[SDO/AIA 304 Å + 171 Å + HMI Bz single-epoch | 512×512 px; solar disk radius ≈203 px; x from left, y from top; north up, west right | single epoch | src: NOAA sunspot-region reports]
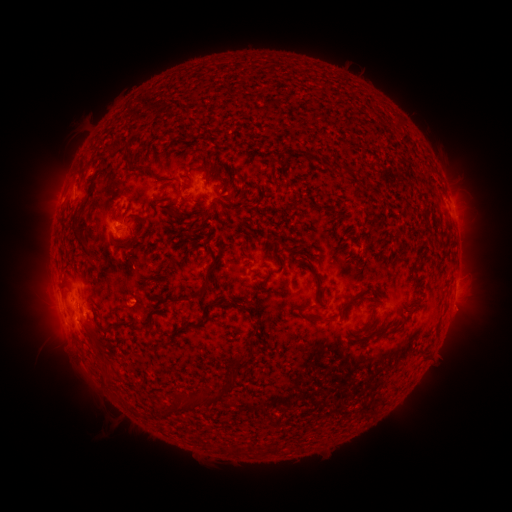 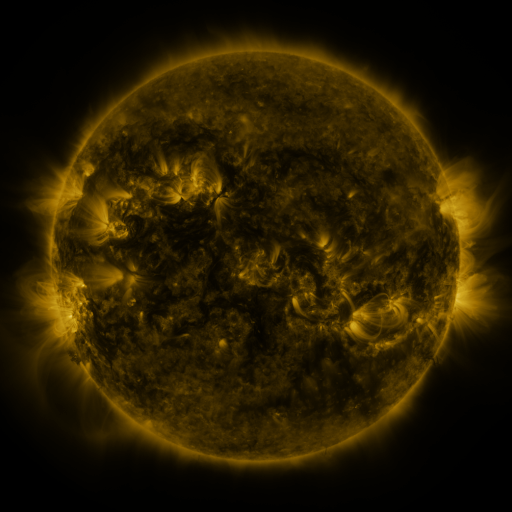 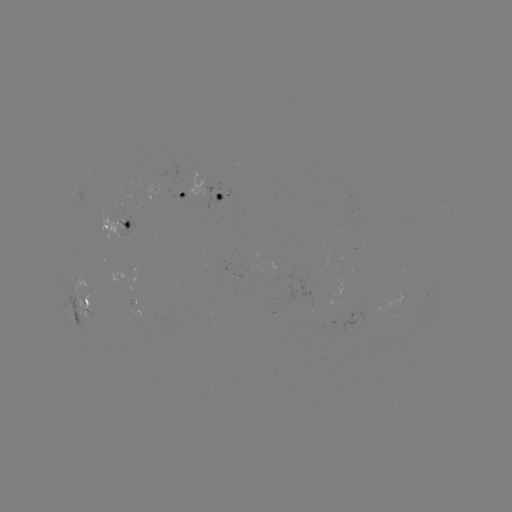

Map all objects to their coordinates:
spotted active region: (214, 190)
spotted active region: (187, 194)
spotted active region: (453, 210)
spotted active region: (114, 227)
spotted active region: (83, 302)
